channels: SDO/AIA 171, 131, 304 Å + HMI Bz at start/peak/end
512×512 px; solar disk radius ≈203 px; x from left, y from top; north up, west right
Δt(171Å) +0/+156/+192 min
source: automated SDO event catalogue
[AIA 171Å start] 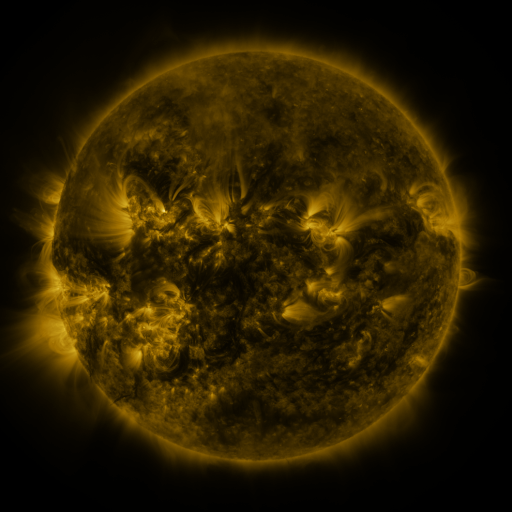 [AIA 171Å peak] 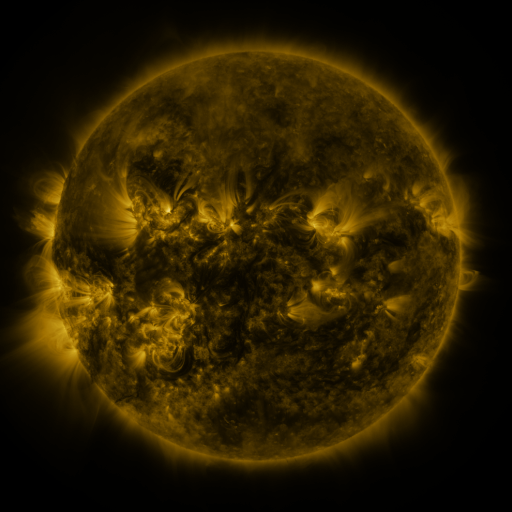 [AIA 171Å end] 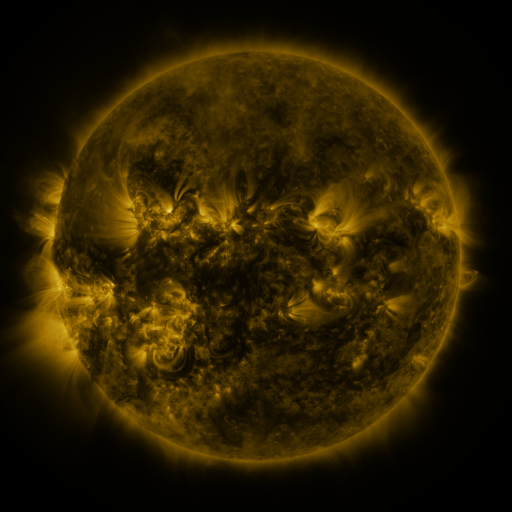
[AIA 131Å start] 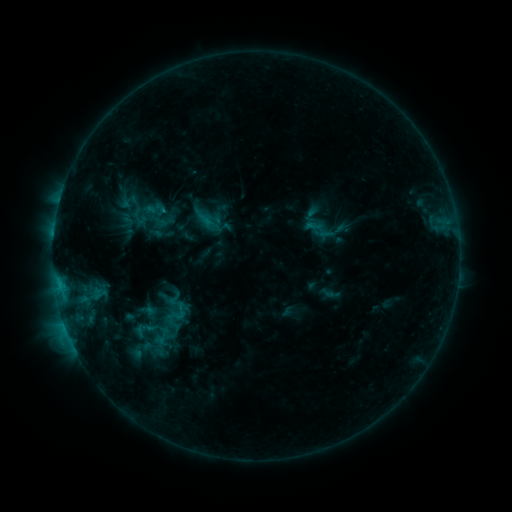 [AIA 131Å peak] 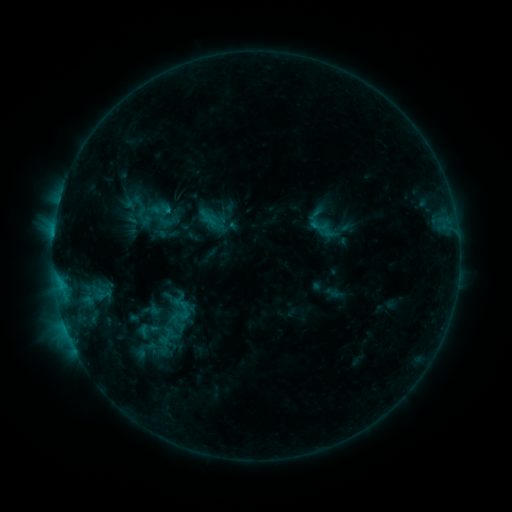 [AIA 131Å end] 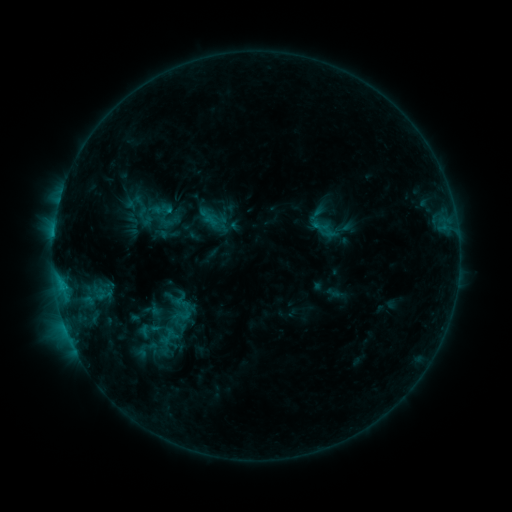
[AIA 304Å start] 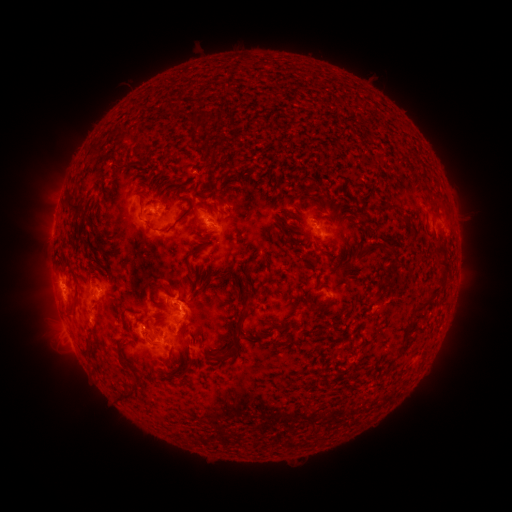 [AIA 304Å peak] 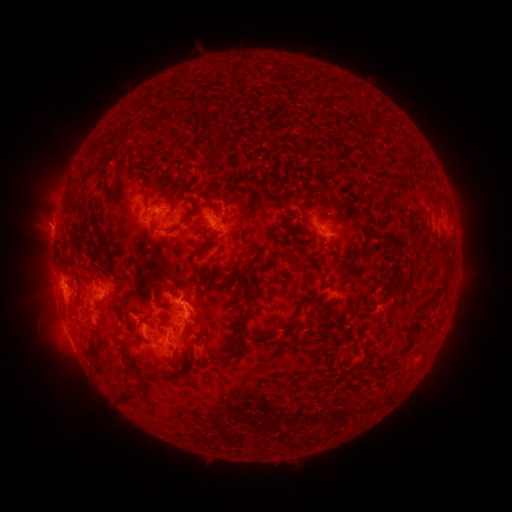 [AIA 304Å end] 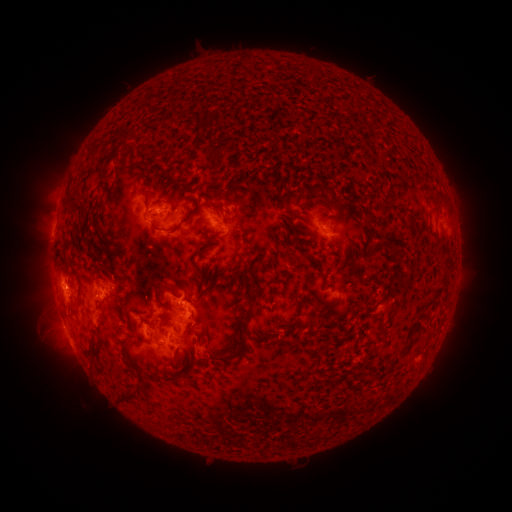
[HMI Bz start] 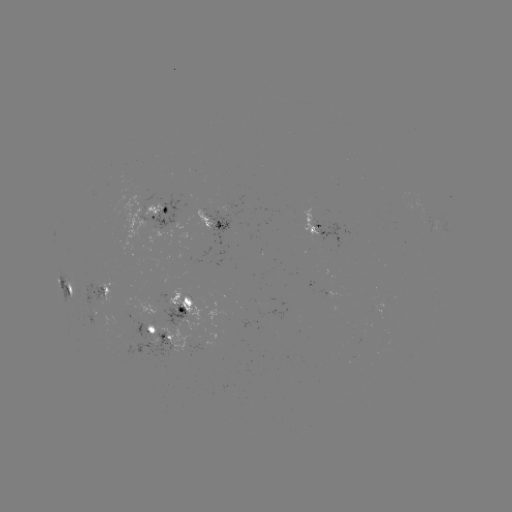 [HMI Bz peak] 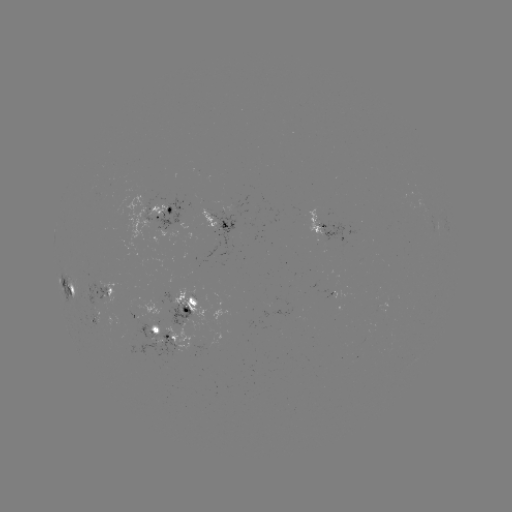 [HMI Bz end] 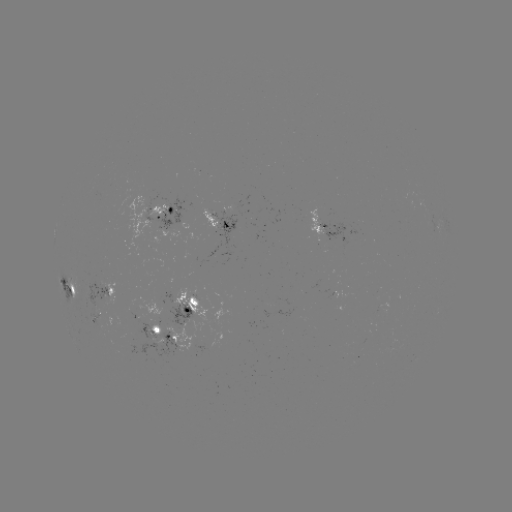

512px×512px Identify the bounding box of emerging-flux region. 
[120, 295, 165, 340].